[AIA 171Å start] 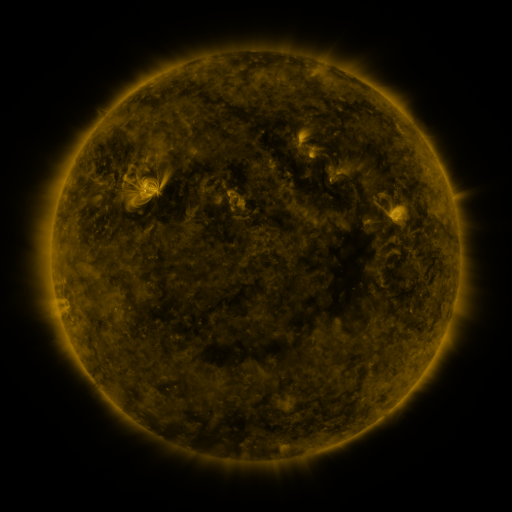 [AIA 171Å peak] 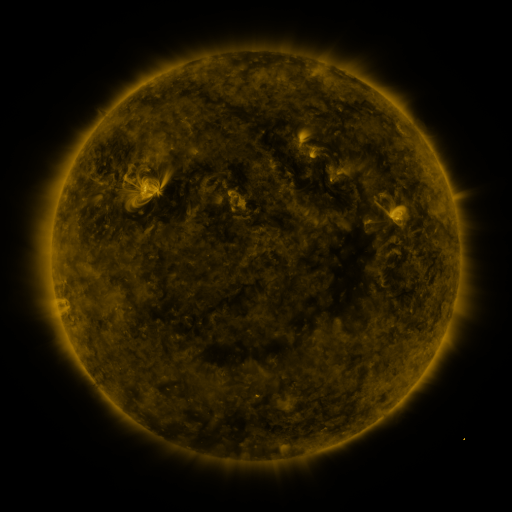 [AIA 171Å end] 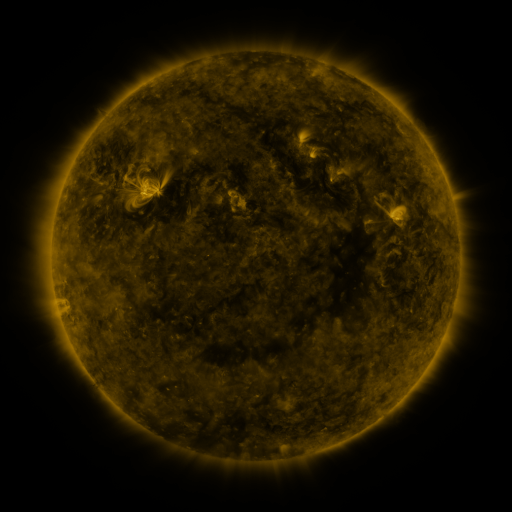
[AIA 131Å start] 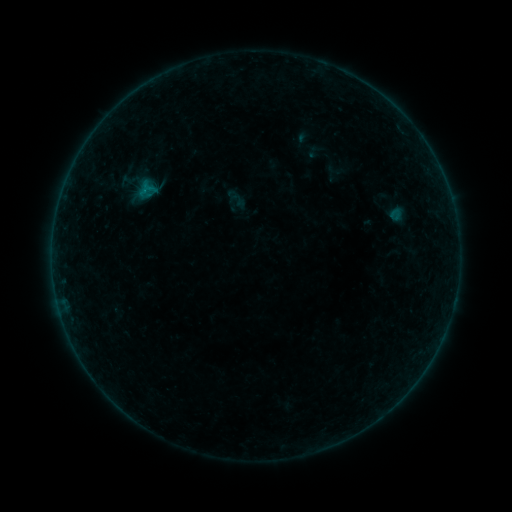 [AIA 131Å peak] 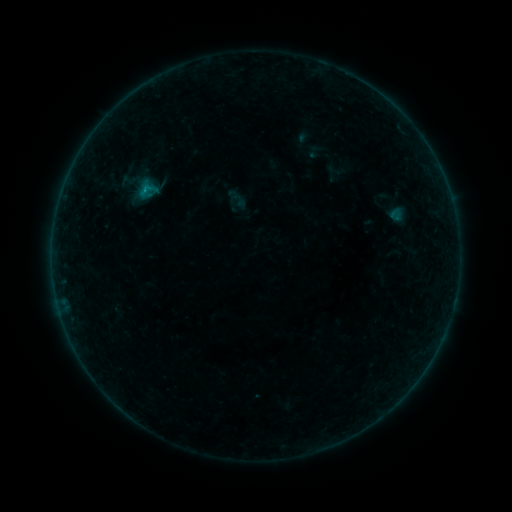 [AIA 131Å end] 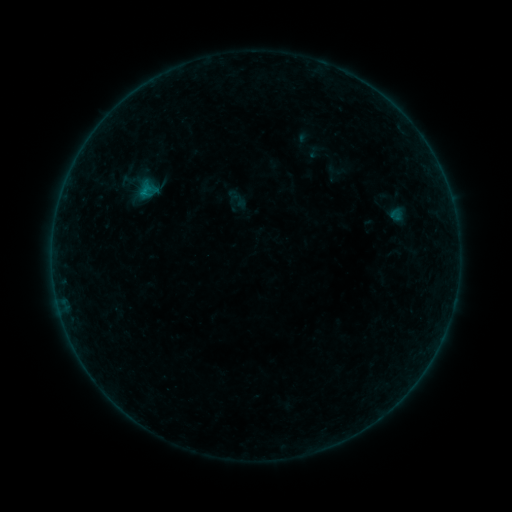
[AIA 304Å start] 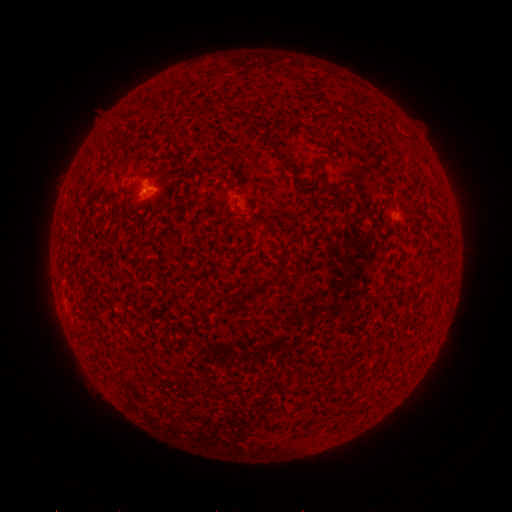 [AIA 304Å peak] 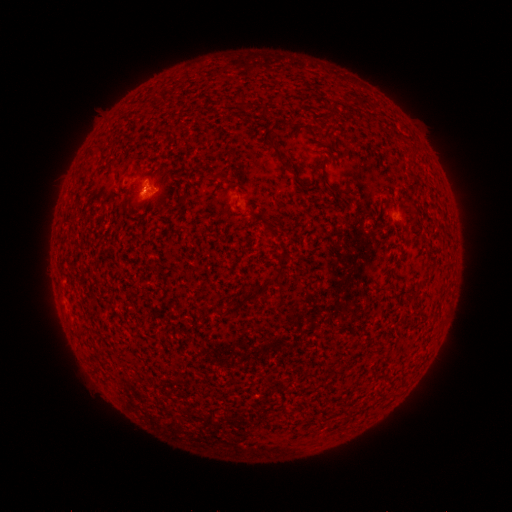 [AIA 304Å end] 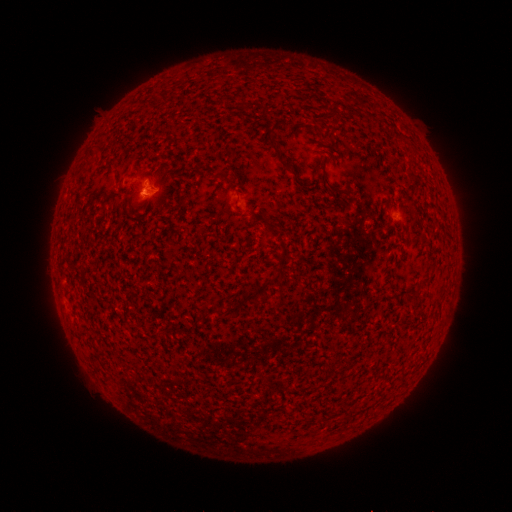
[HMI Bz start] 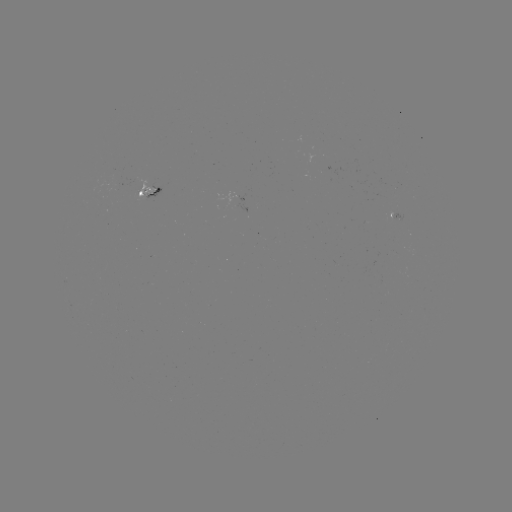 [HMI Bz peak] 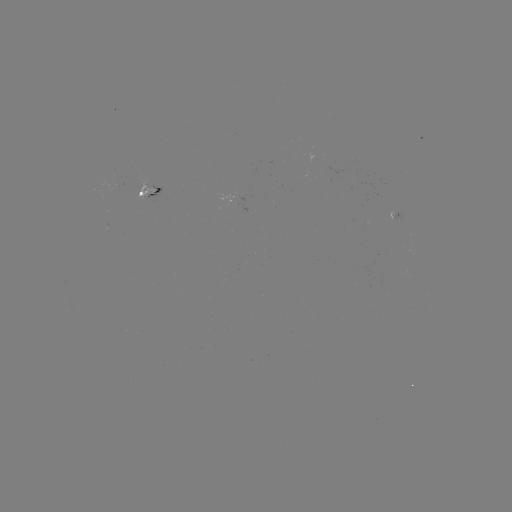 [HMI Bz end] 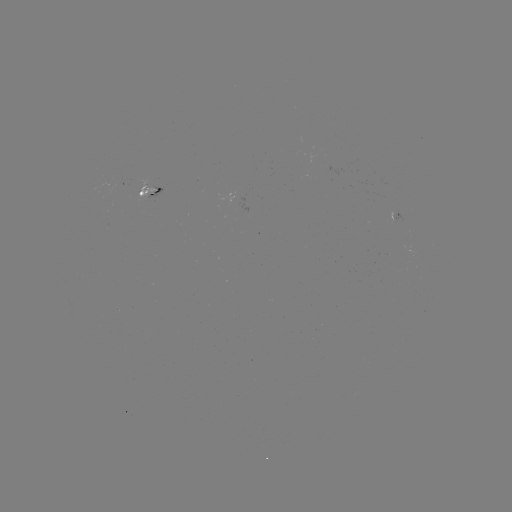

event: flare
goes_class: B2.0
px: (147, 190)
